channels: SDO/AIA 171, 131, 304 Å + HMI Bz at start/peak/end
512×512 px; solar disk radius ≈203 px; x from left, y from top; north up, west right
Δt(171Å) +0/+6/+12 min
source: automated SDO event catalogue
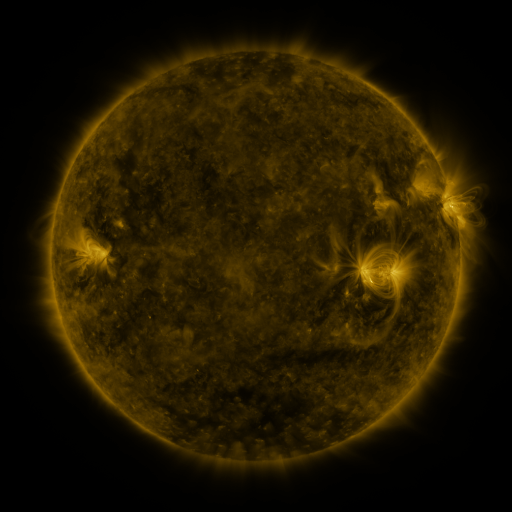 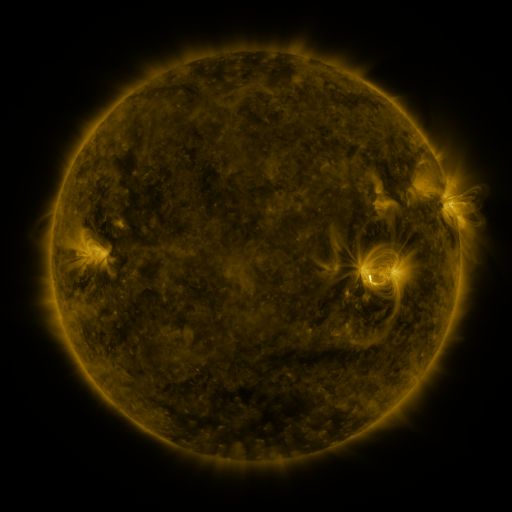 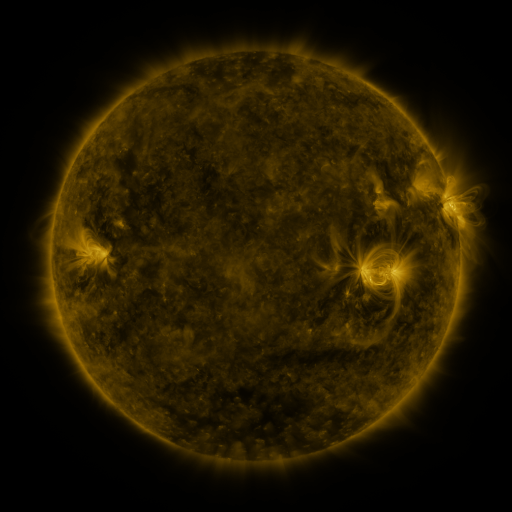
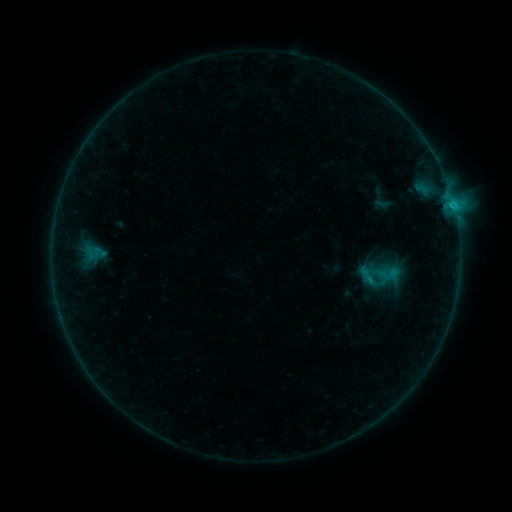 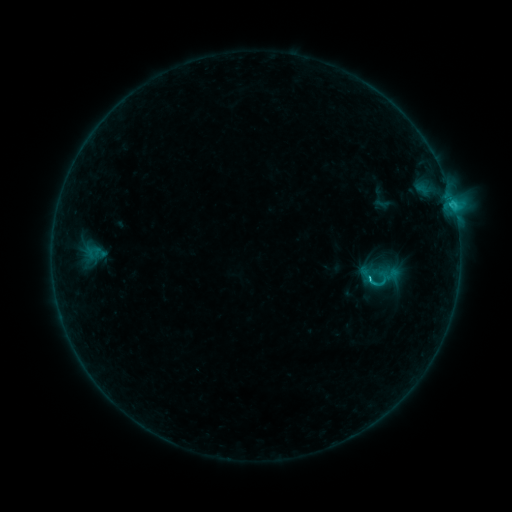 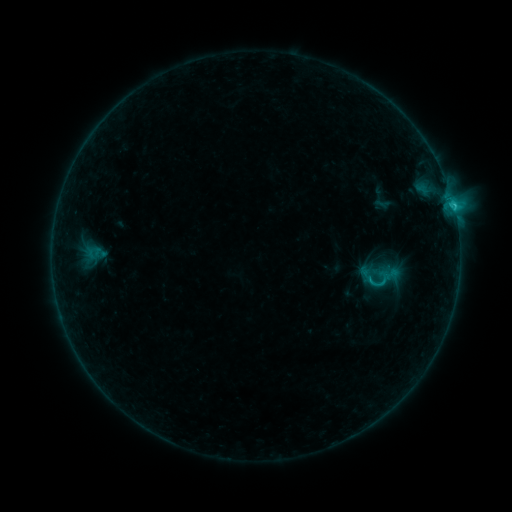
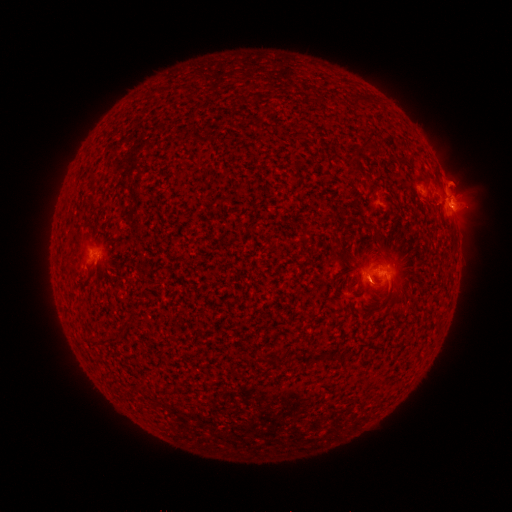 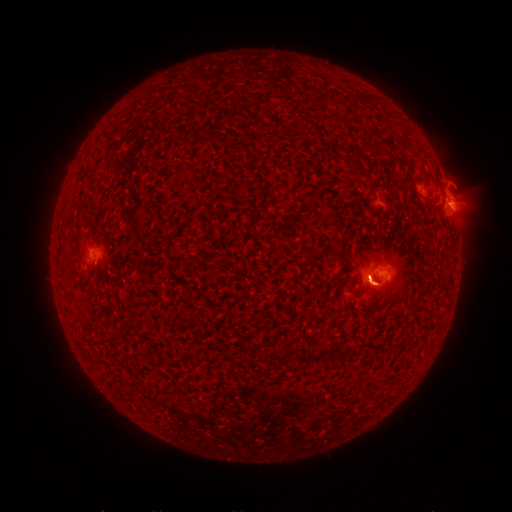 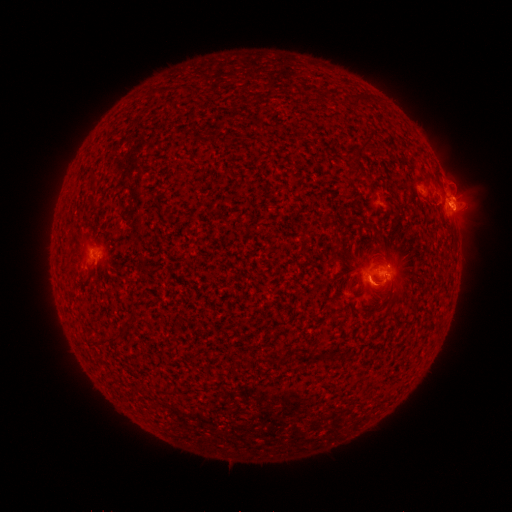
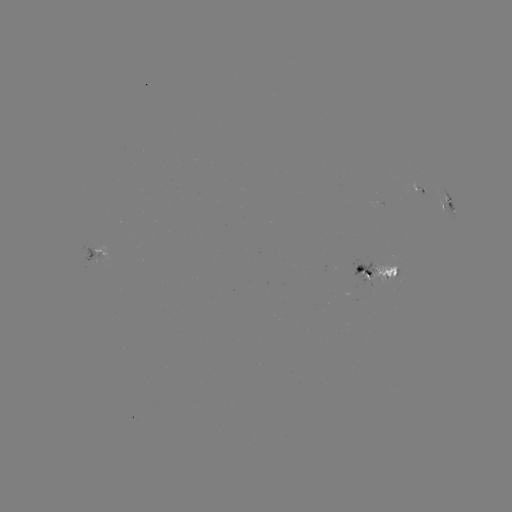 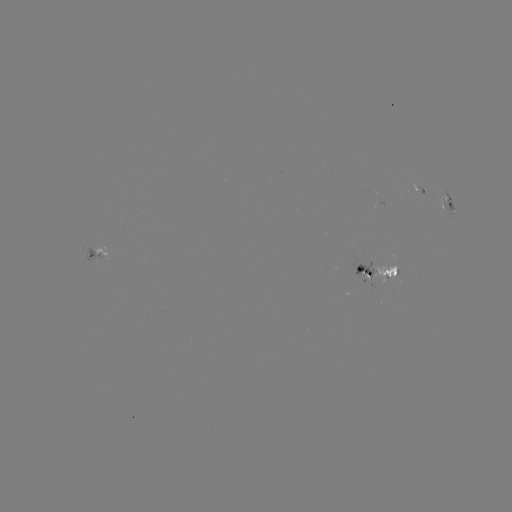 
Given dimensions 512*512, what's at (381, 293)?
eruption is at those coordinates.